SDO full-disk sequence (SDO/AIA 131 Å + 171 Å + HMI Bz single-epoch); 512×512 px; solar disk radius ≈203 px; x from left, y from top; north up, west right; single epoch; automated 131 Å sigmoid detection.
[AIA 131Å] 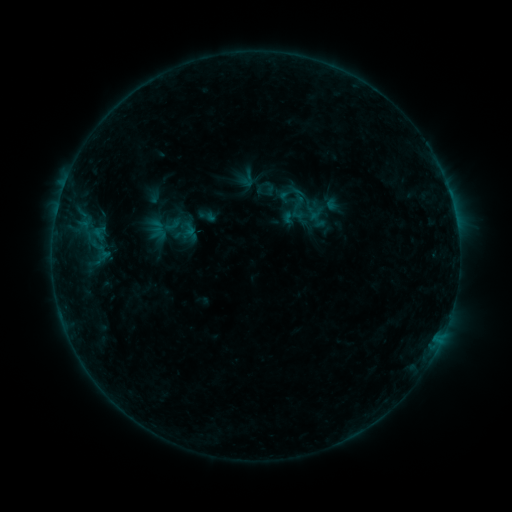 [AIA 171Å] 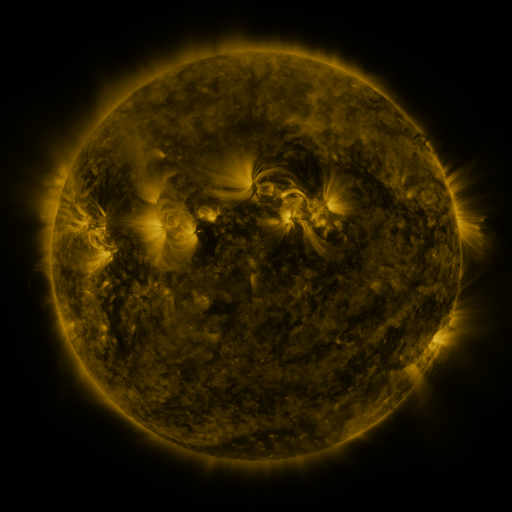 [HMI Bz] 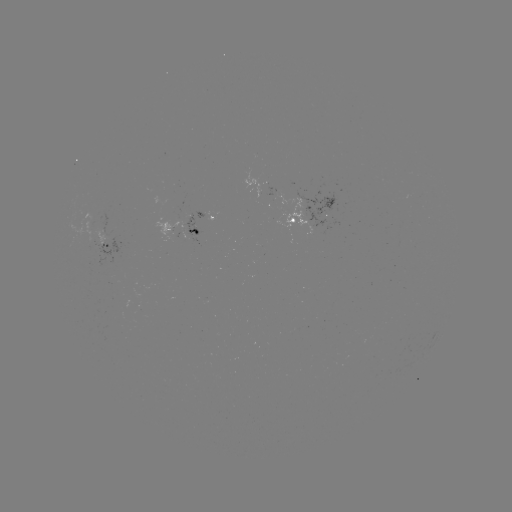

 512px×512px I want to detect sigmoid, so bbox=[90, 224, 108, 242].